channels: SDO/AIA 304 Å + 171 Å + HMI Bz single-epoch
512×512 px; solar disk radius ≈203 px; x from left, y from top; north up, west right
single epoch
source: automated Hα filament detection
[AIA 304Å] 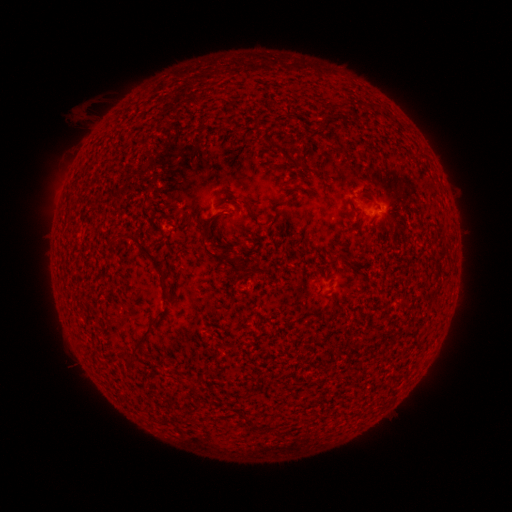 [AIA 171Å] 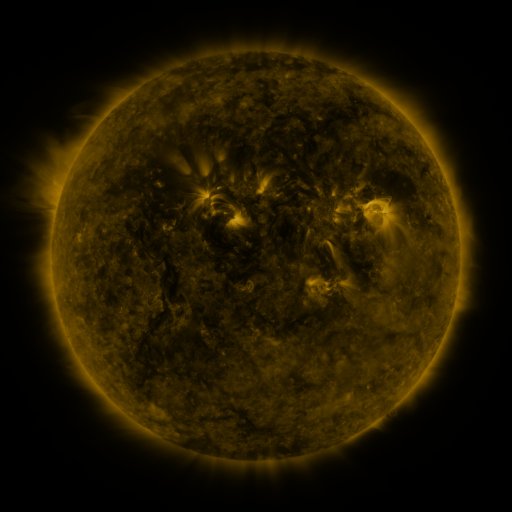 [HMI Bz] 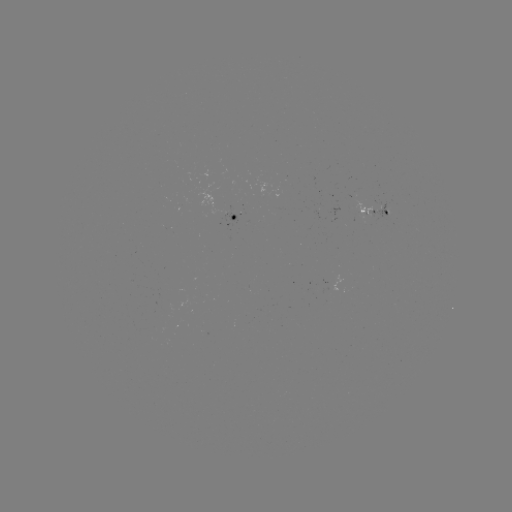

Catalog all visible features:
filament: [338, 99, 350, 110]
filament: [282, 180, 292, 187]
filament: [349, 200, 355, 210]
filament: [120, 233, 171, 296]
filament: [200, 235, 244, 273]
filament: [309, 307, 326, 316]
filament: [127, 327, 154, 367]
